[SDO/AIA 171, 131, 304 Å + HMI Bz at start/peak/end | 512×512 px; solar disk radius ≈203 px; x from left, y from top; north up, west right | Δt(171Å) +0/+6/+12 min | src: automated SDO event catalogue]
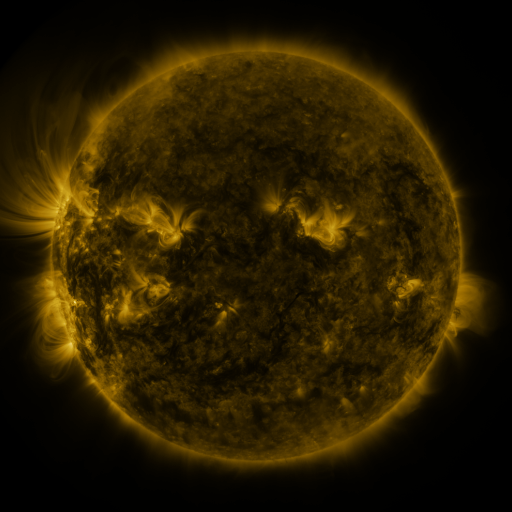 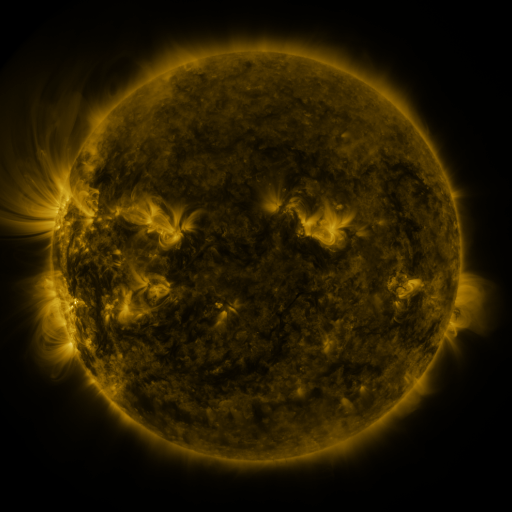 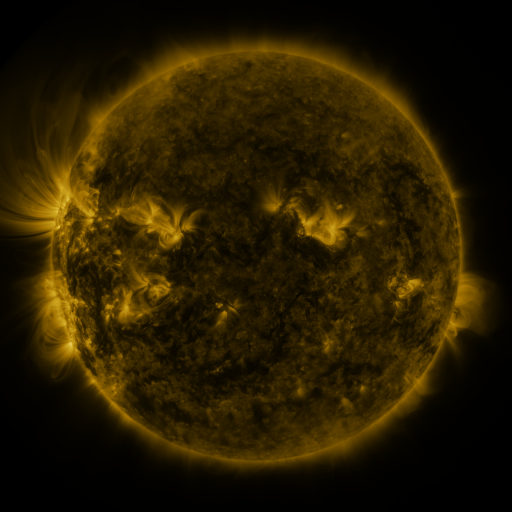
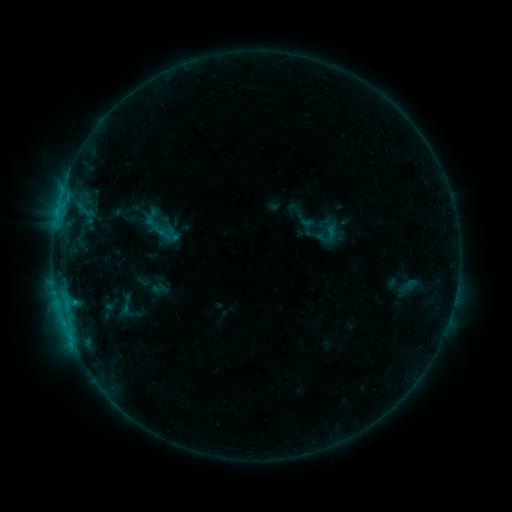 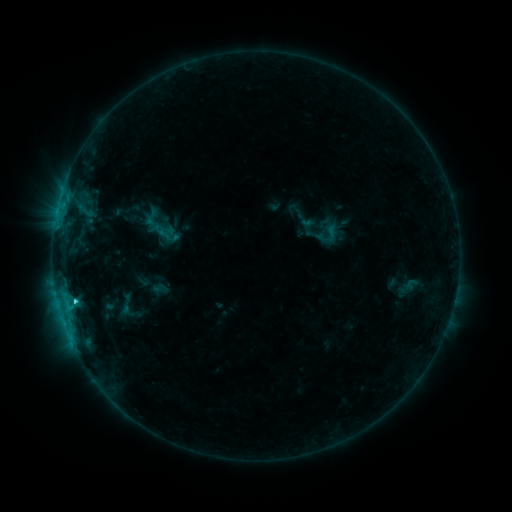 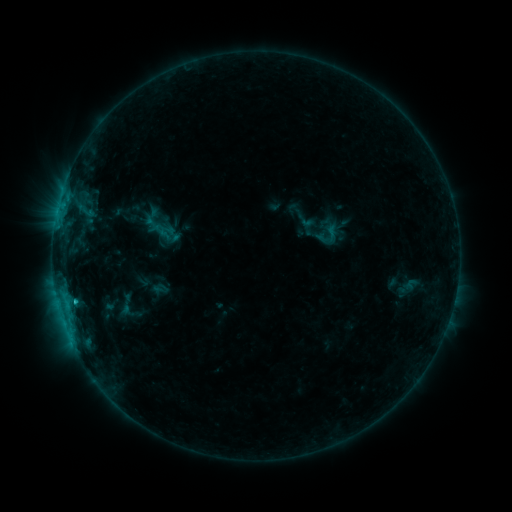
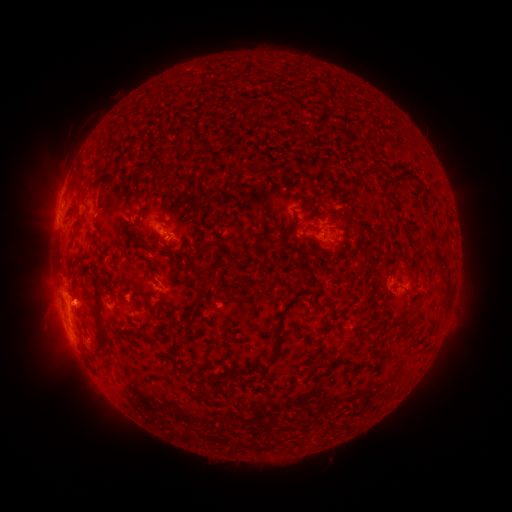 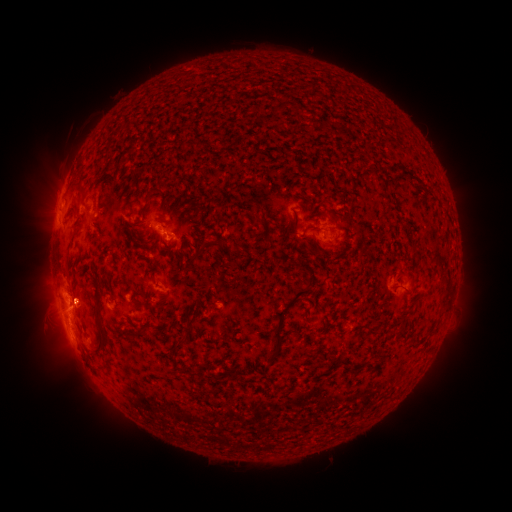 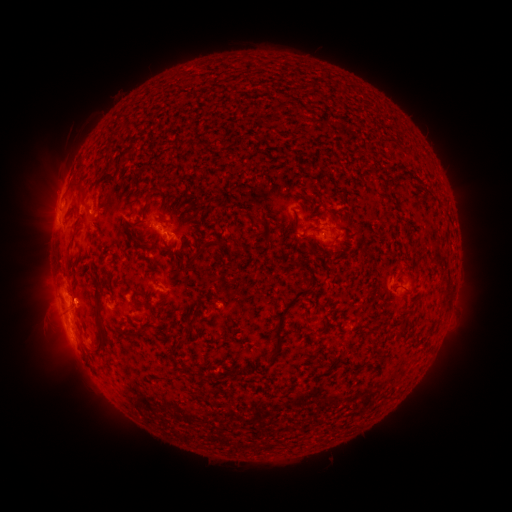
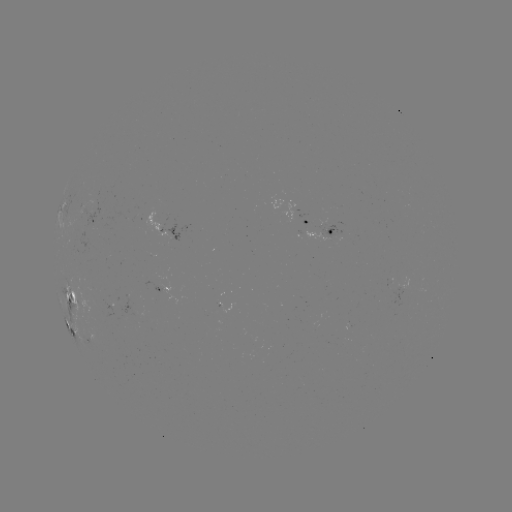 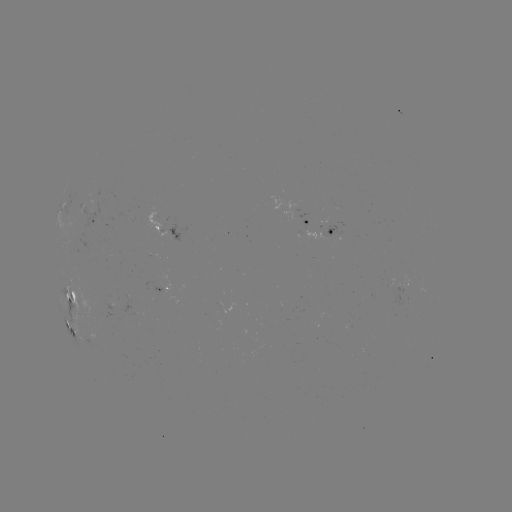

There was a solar flare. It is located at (76, 298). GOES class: C1.5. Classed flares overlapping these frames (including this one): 1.